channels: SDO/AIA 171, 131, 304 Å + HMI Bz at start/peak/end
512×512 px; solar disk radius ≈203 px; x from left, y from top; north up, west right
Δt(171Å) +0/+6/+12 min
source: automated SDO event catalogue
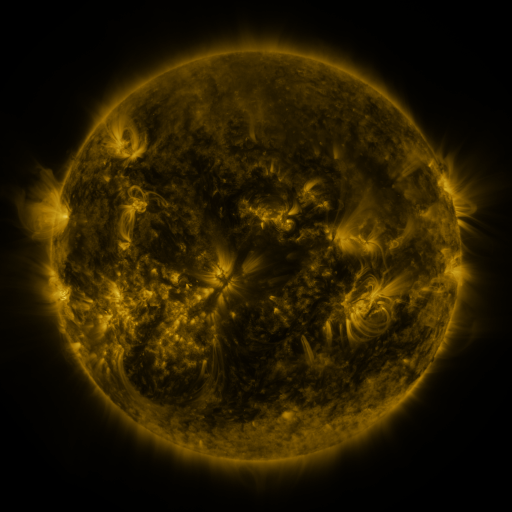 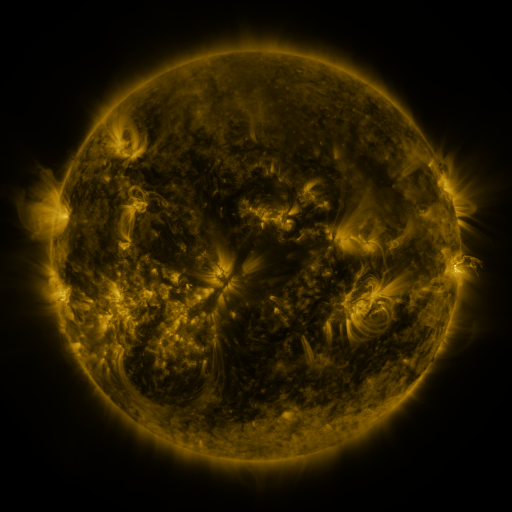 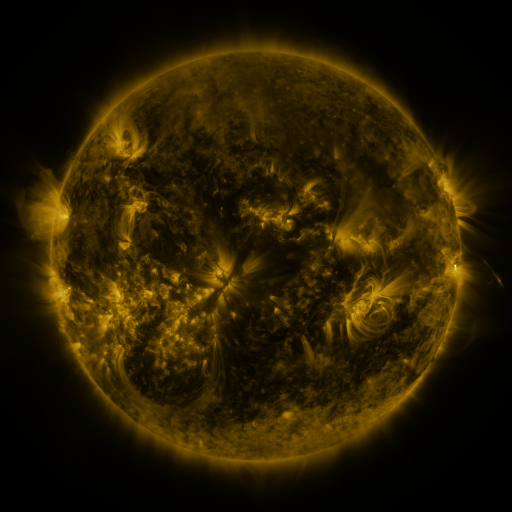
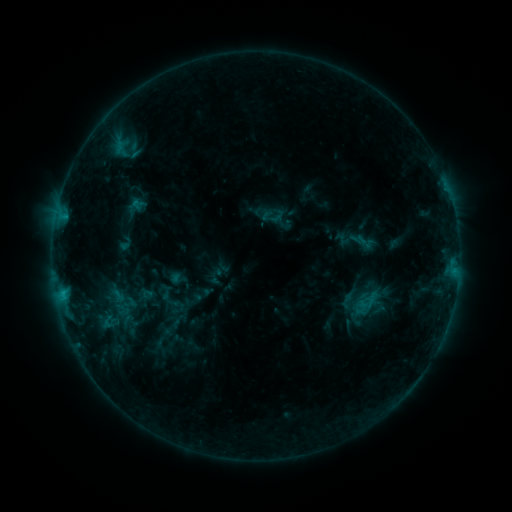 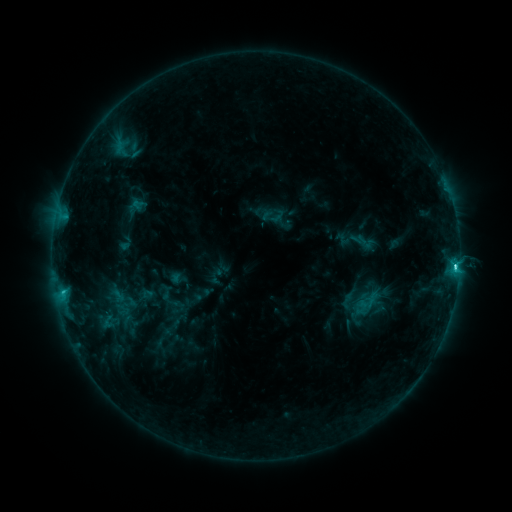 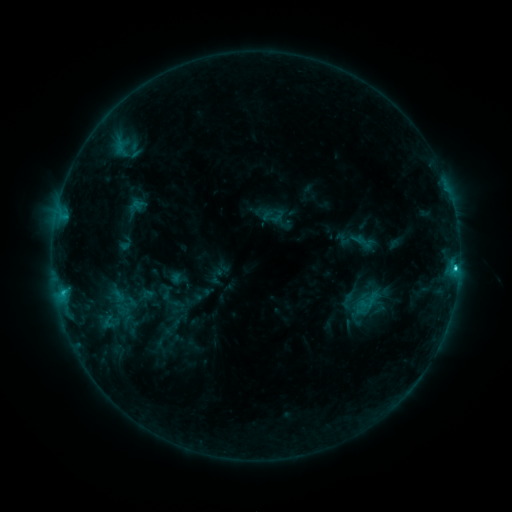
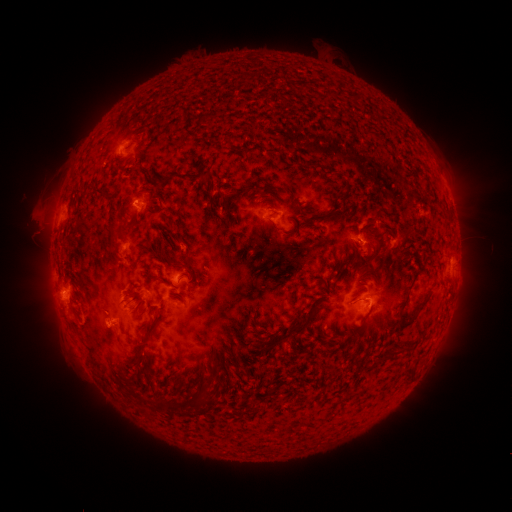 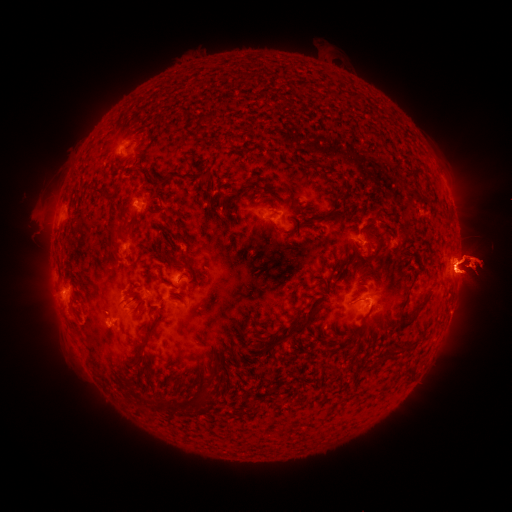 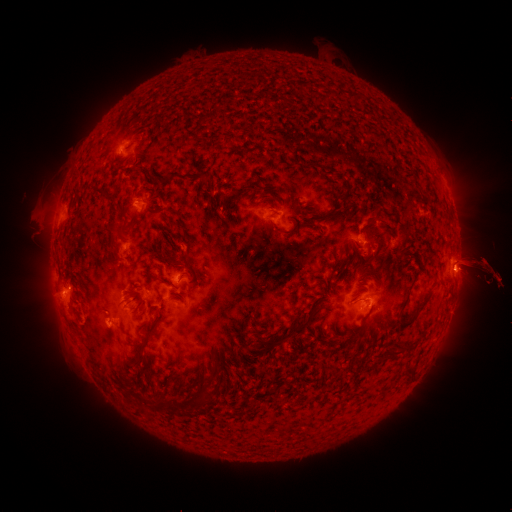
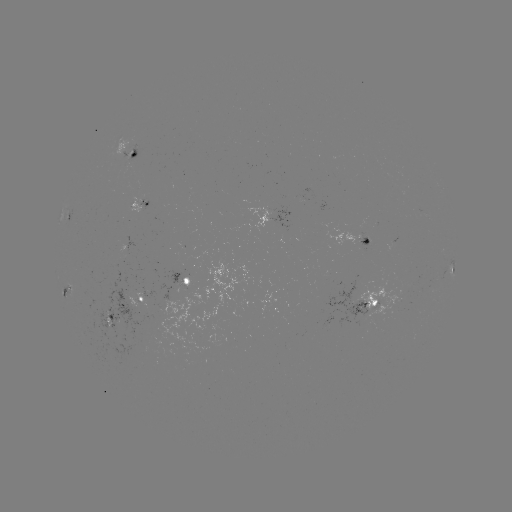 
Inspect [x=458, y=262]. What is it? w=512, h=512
eruption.